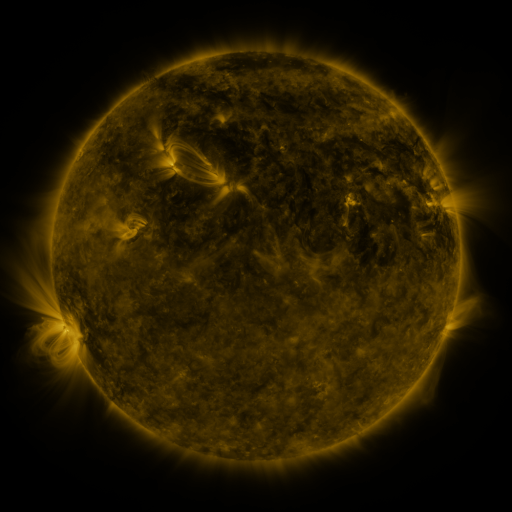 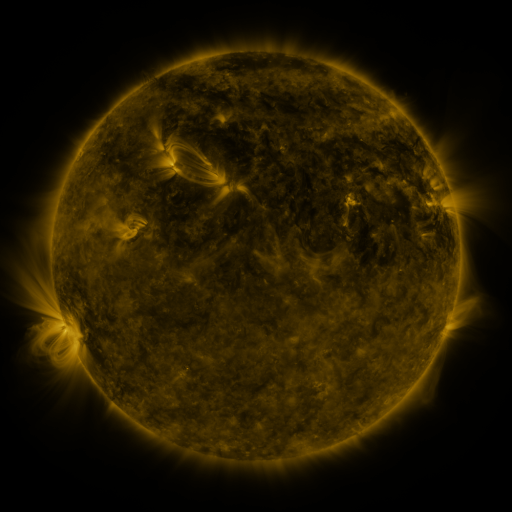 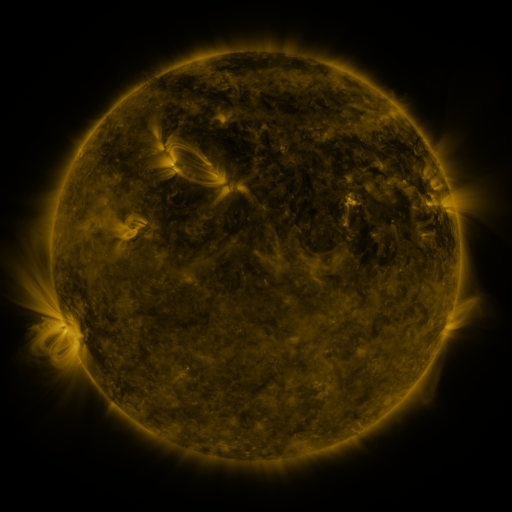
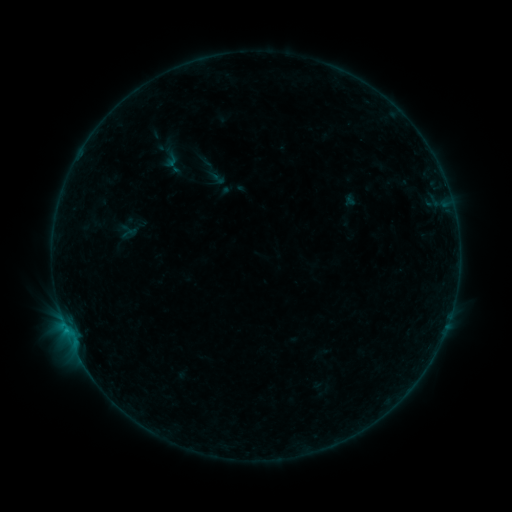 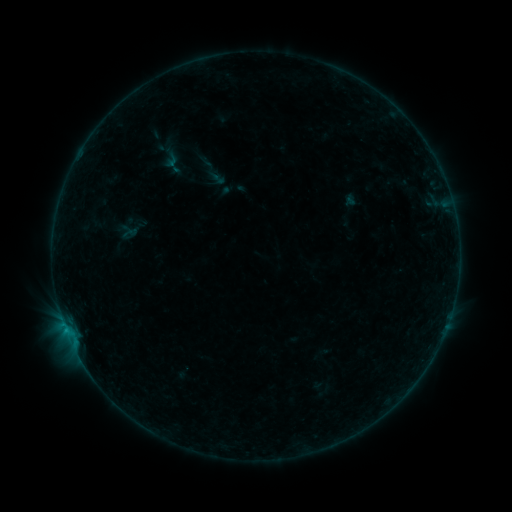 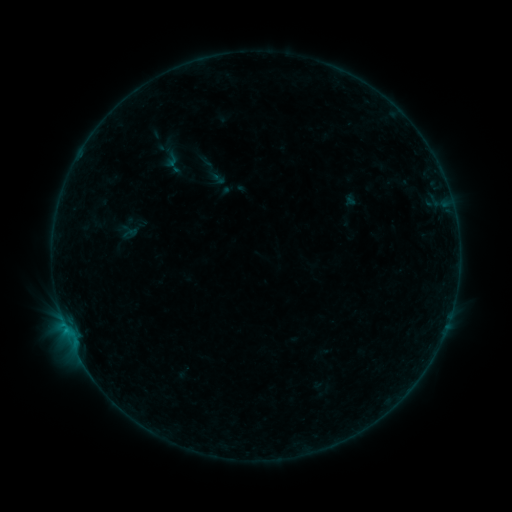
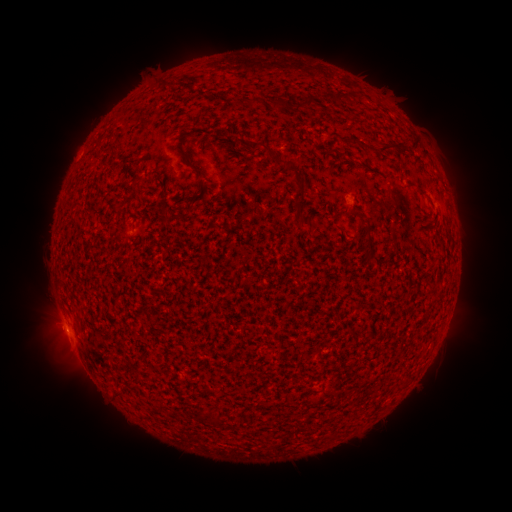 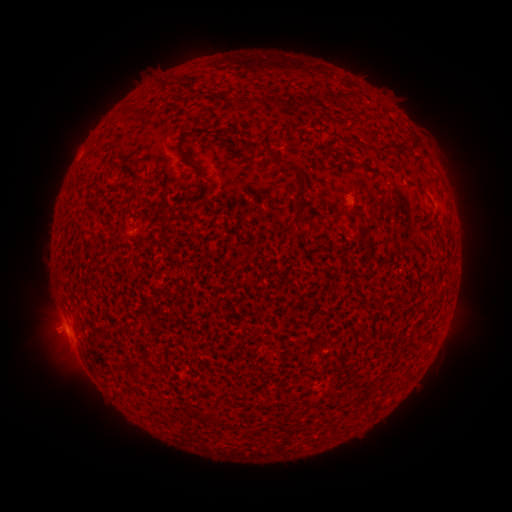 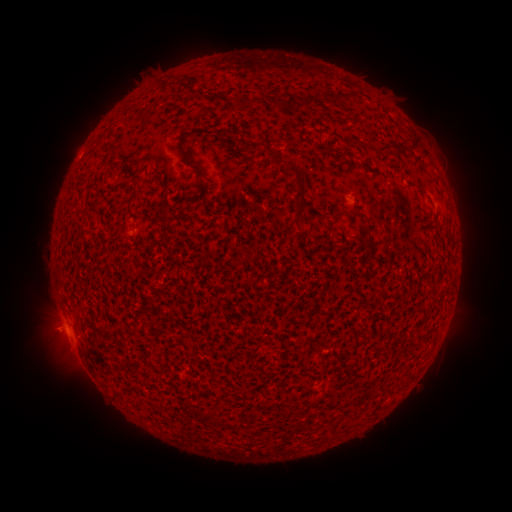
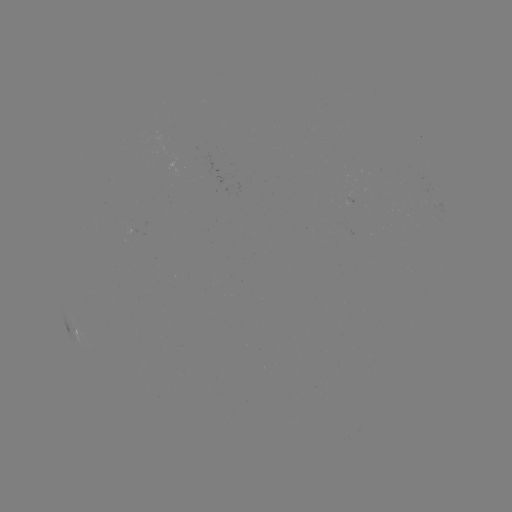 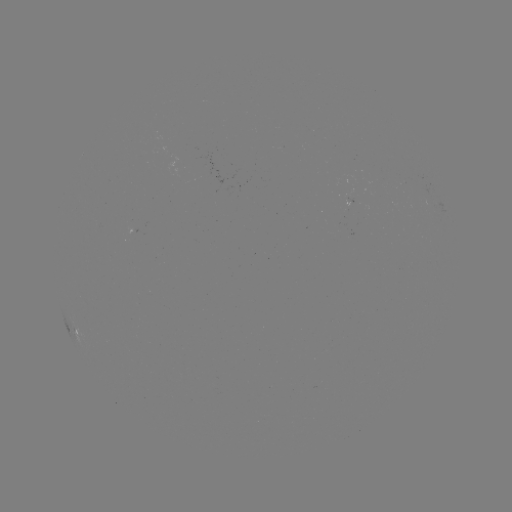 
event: eruption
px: (46, 333)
